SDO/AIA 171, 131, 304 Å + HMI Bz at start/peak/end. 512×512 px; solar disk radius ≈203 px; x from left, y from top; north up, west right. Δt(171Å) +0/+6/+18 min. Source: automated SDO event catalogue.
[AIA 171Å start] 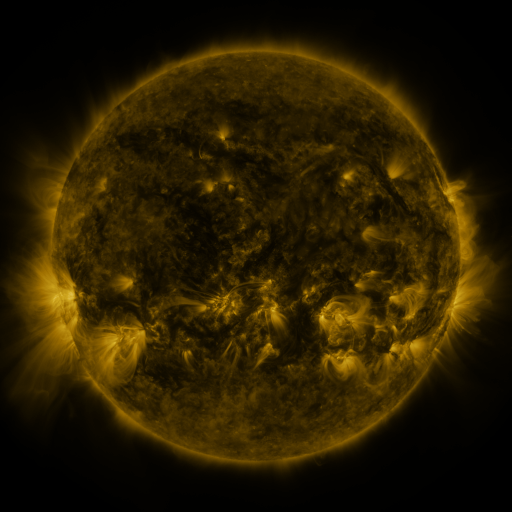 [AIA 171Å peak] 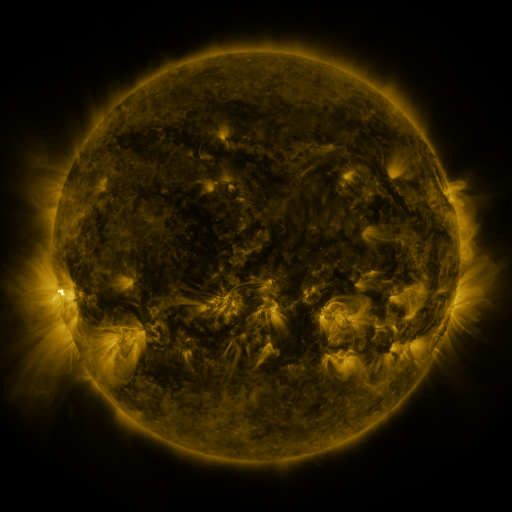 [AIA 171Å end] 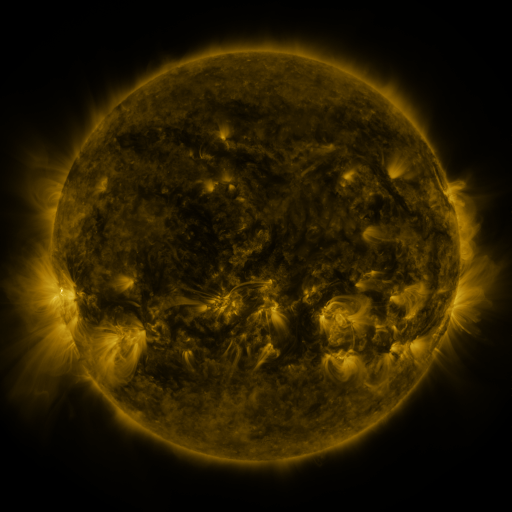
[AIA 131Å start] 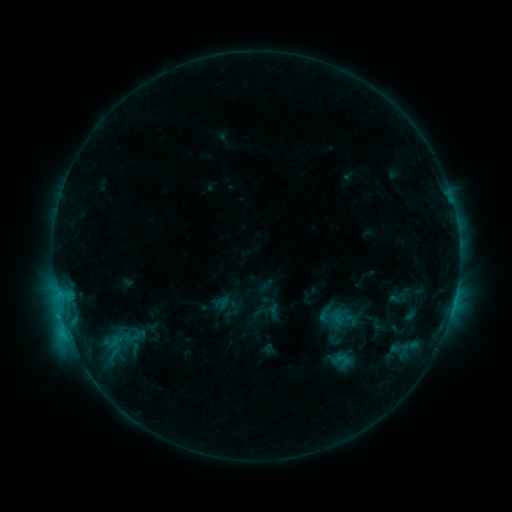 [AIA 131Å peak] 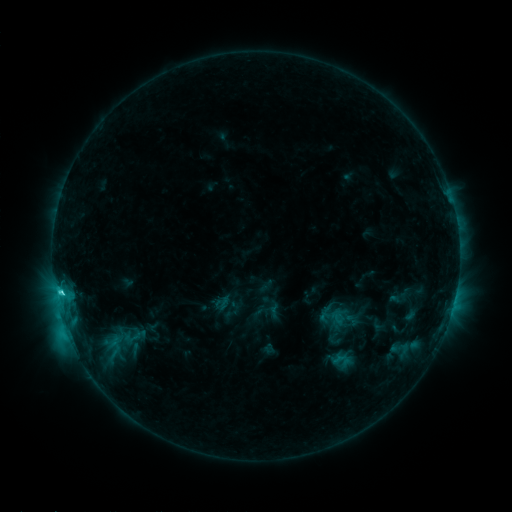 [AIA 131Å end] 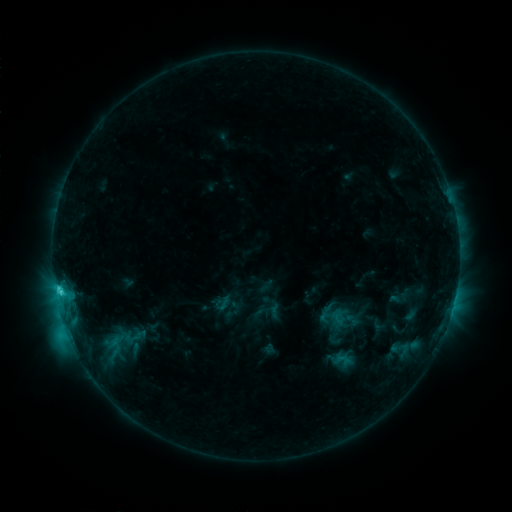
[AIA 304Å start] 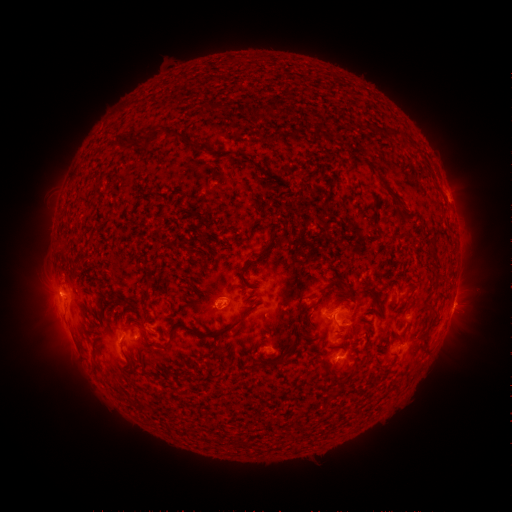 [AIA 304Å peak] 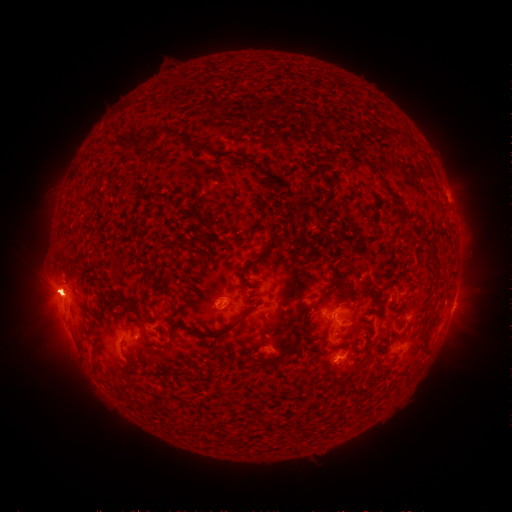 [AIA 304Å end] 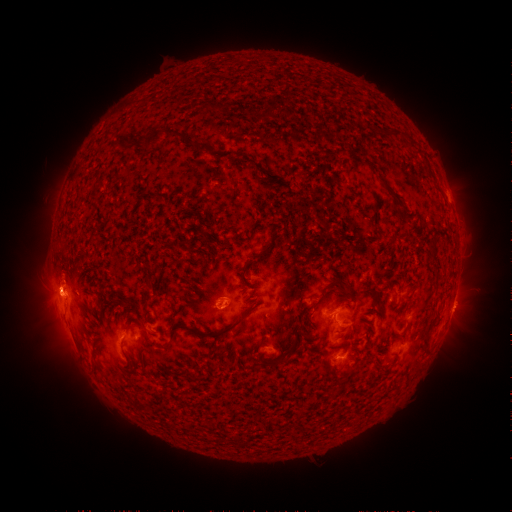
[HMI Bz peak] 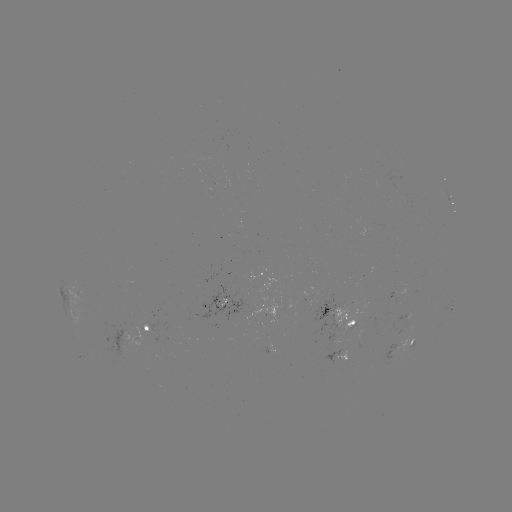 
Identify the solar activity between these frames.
C4.9 flare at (69, 305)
